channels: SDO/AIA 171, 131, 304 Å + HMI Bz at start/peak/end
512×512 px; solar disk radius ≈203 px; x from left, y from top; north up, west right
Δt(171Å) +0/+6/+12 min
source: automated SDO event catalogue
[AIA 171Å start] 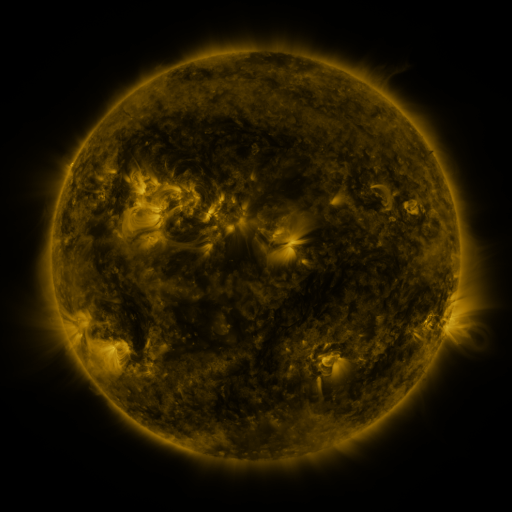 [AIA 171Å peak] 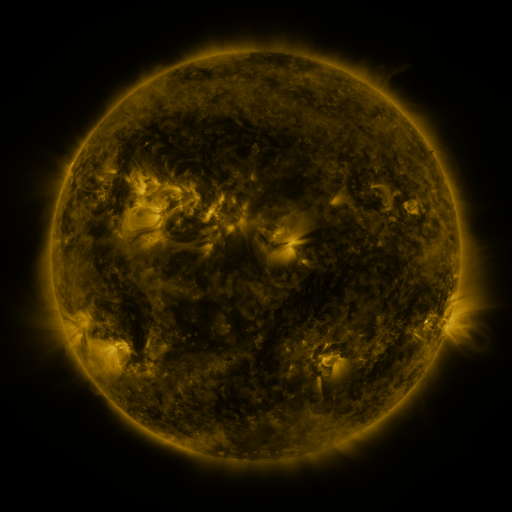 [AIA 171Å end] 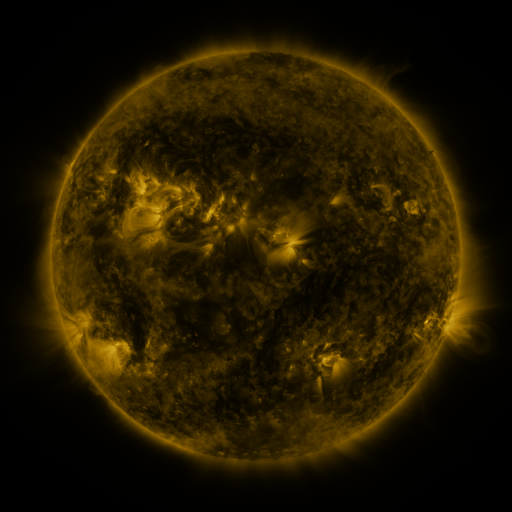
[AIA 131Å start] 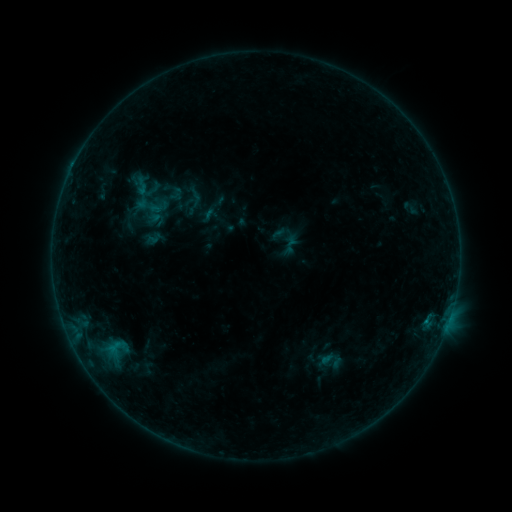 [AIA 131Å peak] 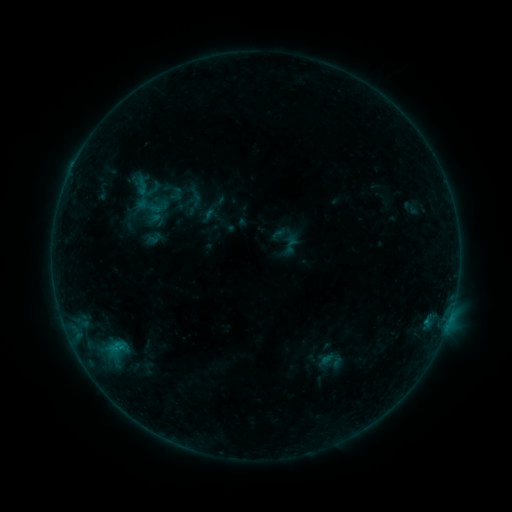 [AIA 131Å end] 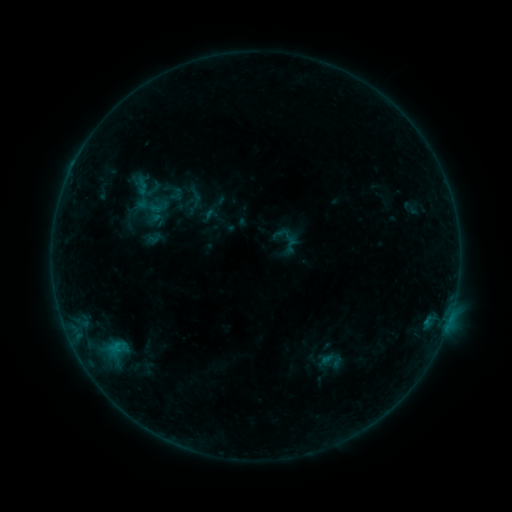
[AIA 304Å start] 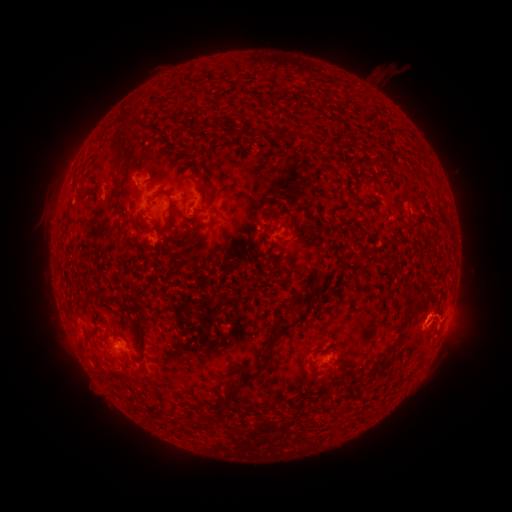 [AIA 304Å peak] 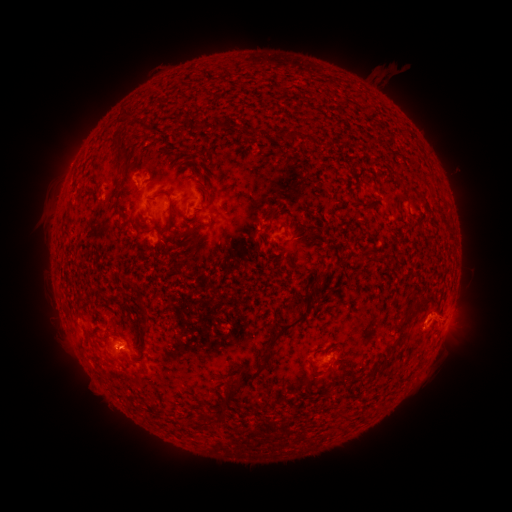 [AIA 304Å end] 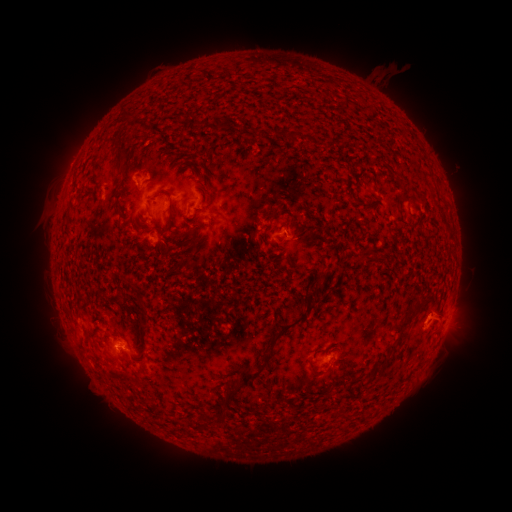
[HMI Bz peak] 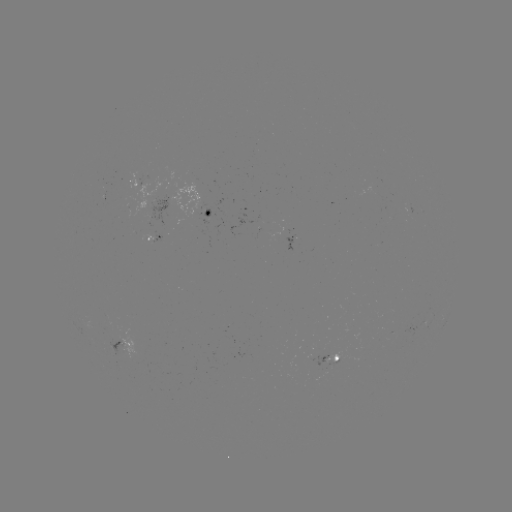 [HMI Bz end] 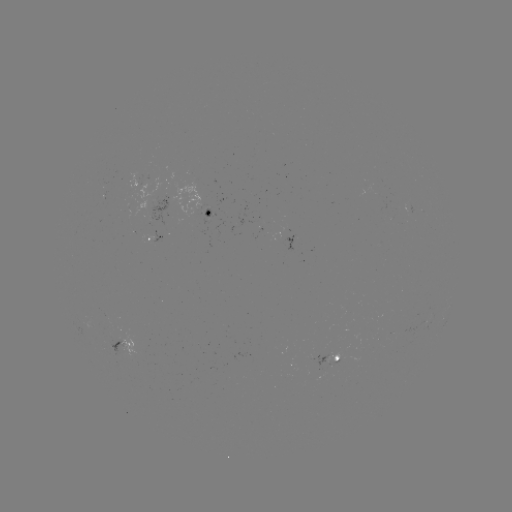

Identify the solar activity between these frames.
B3.6 flare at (119, 348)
